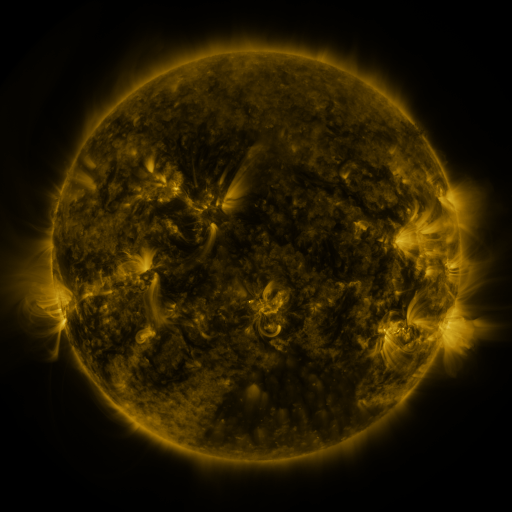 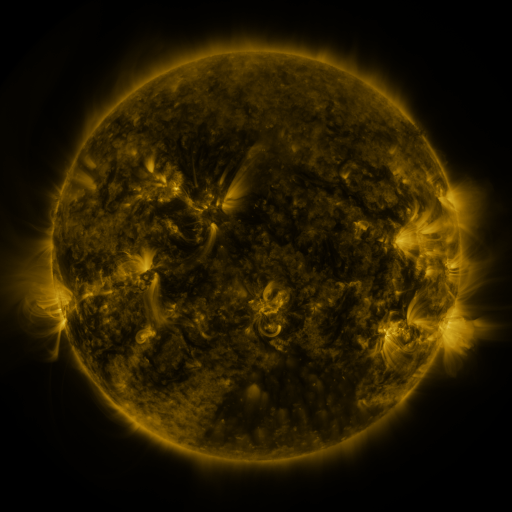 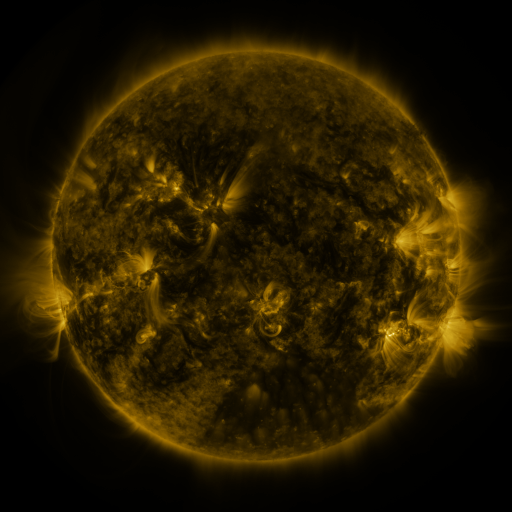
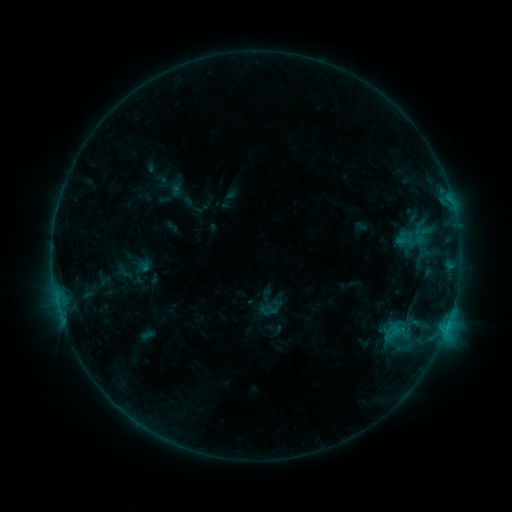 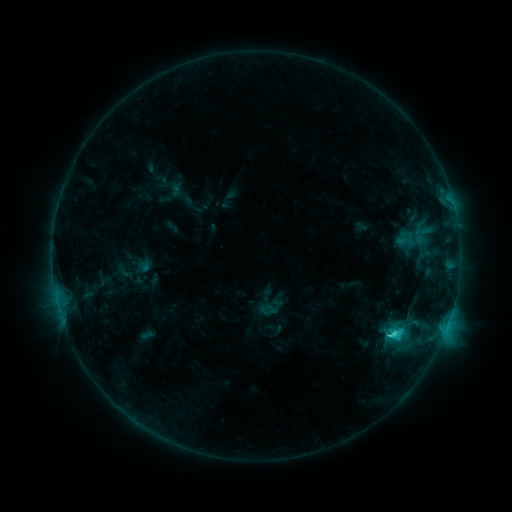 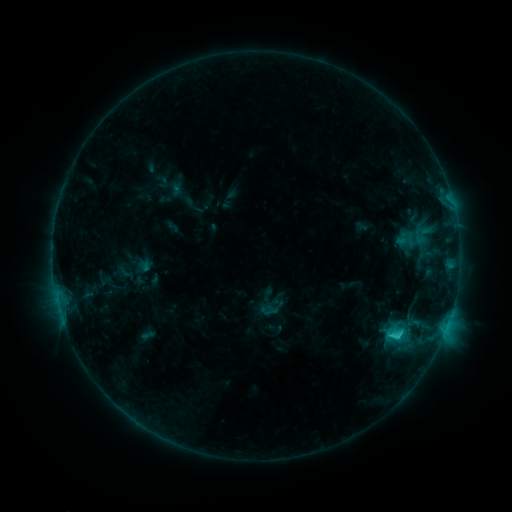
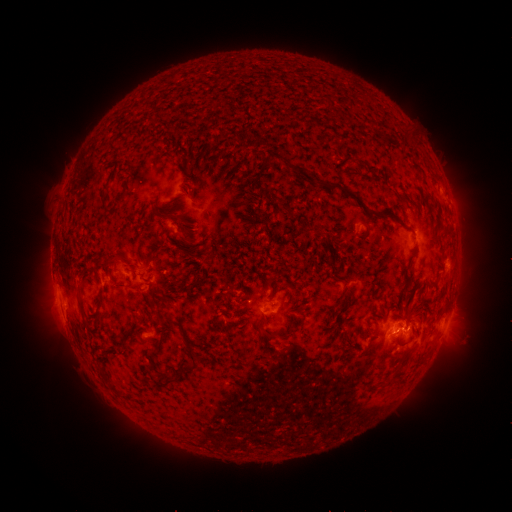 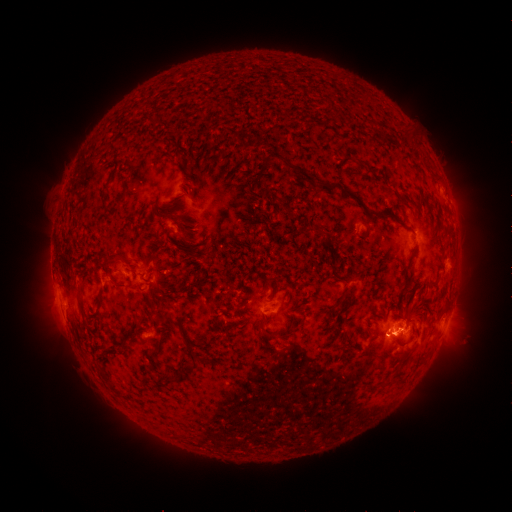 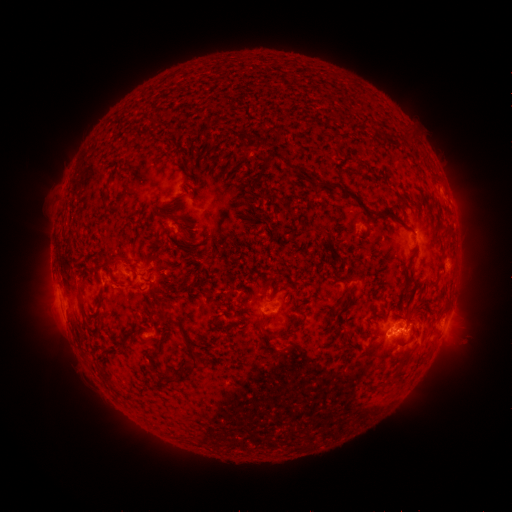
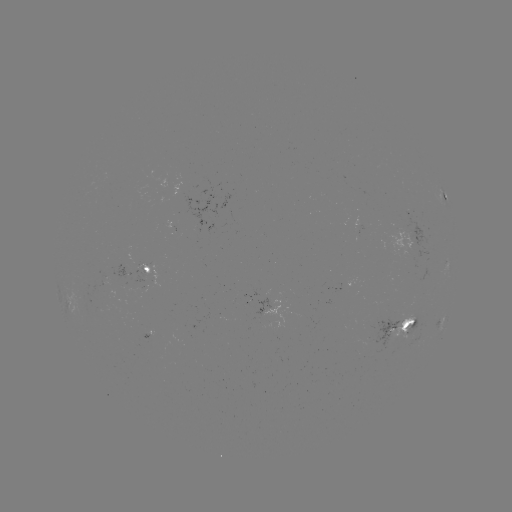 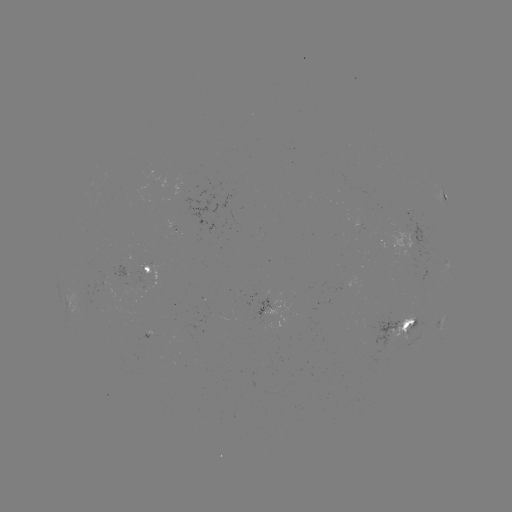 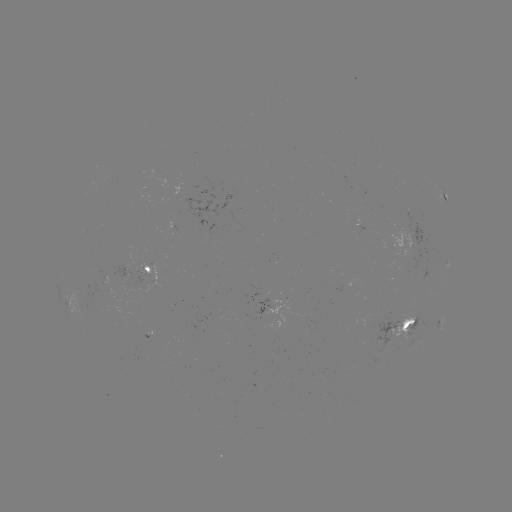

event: flare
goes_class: C2.8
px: (394, 332)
